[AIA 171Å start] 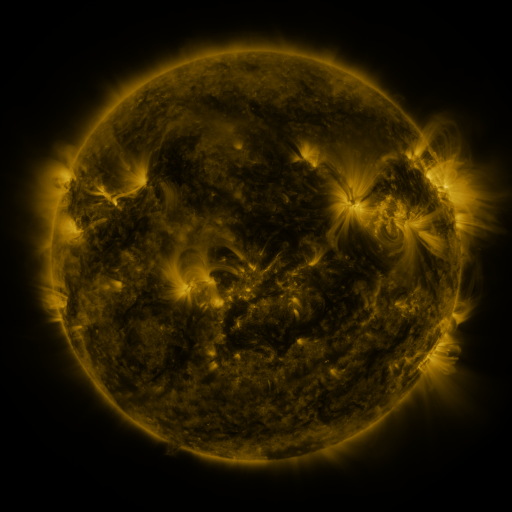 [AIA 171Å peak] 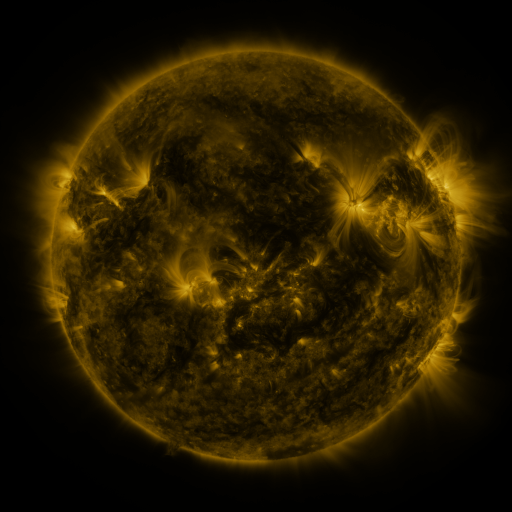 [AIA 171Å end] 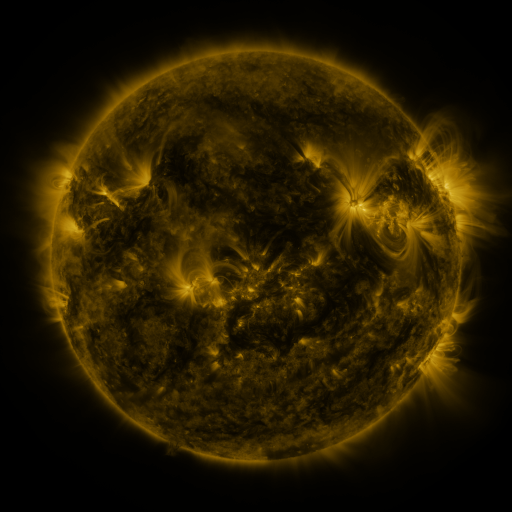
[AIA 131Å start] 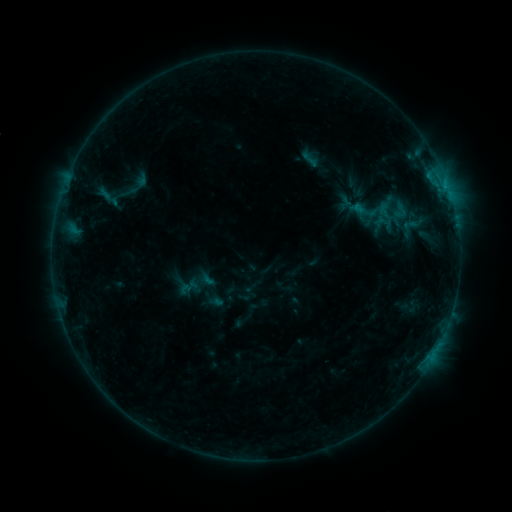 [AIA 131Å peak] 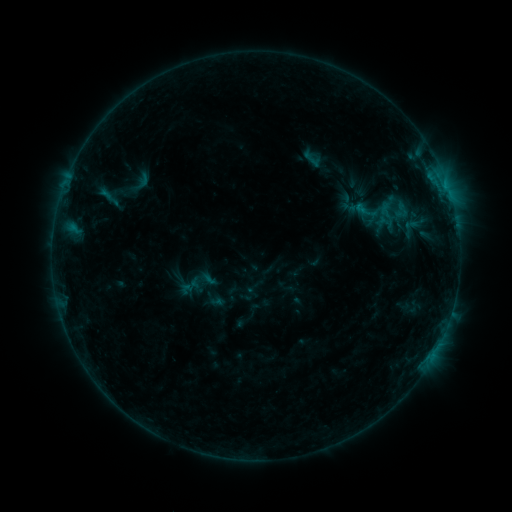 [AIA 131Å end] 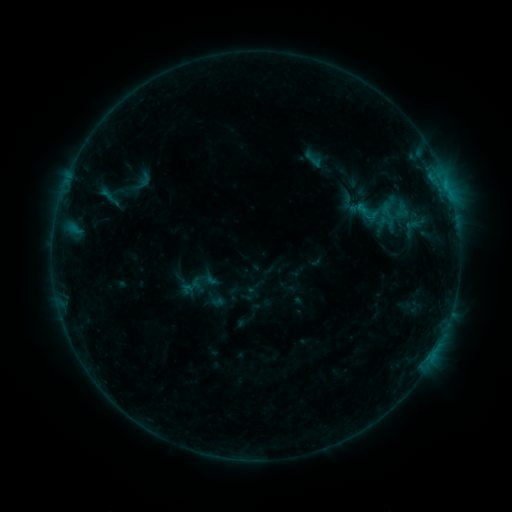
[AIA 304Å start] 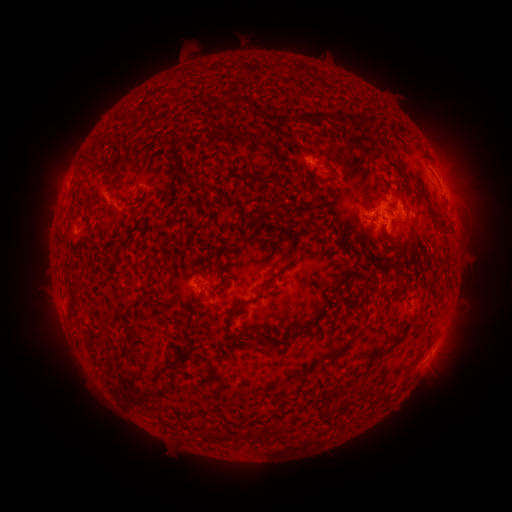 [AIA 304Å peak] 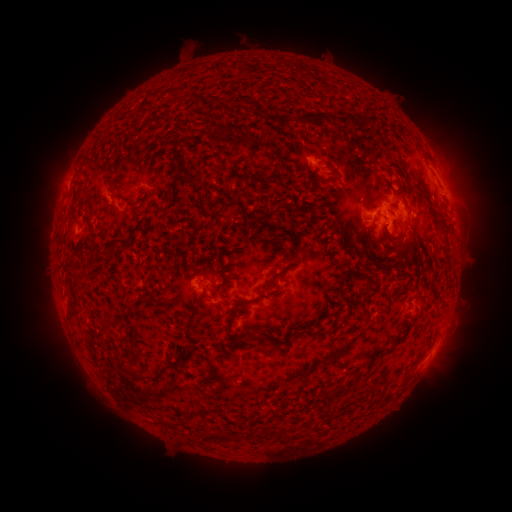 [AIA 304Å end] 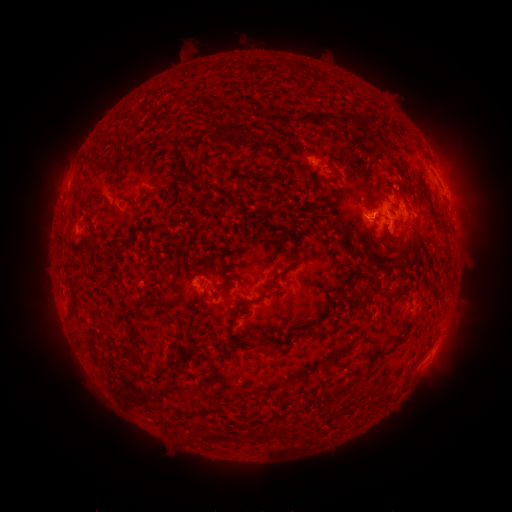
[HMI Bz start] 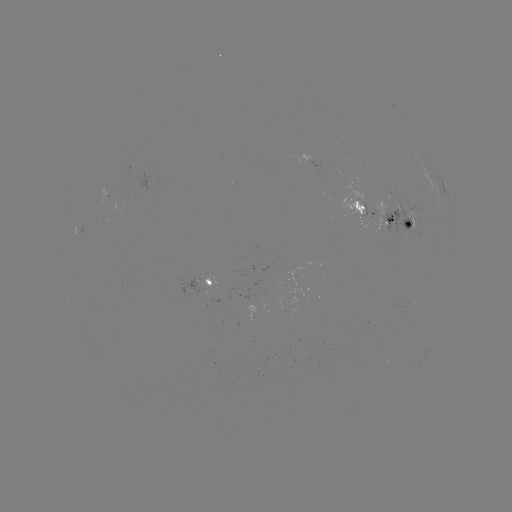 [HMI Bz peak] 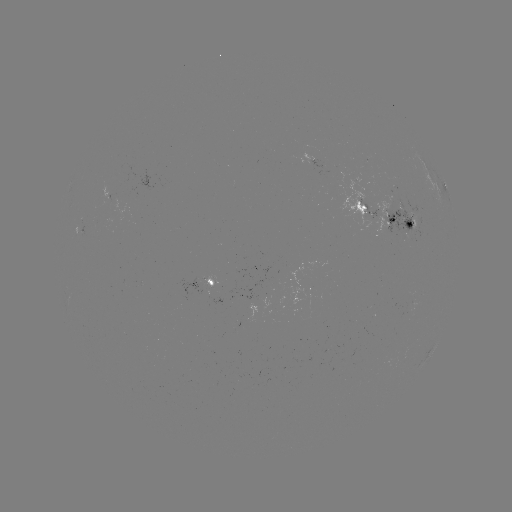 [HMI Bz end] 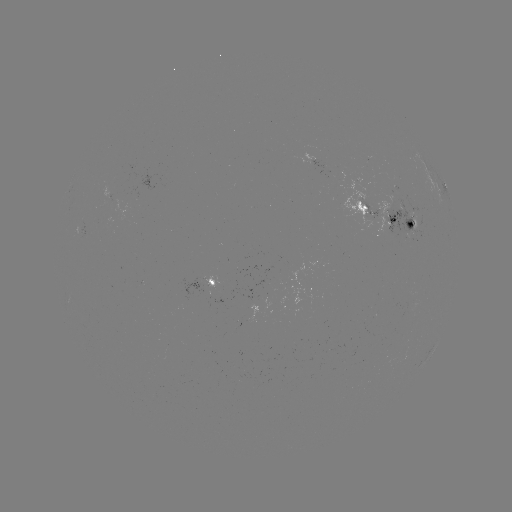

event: emerging-flux region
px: (396, 210)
